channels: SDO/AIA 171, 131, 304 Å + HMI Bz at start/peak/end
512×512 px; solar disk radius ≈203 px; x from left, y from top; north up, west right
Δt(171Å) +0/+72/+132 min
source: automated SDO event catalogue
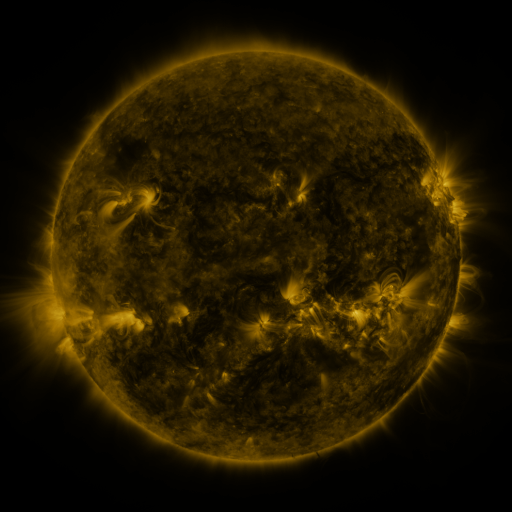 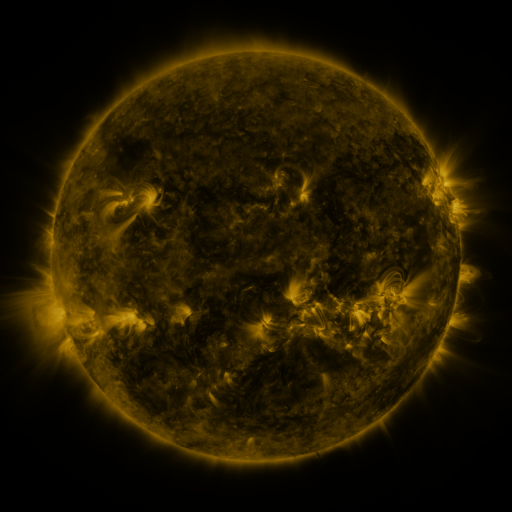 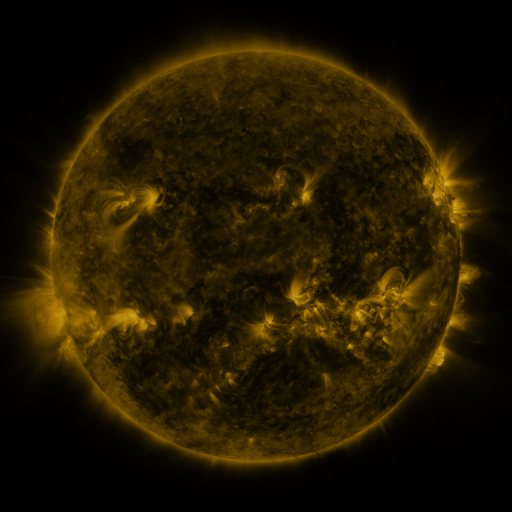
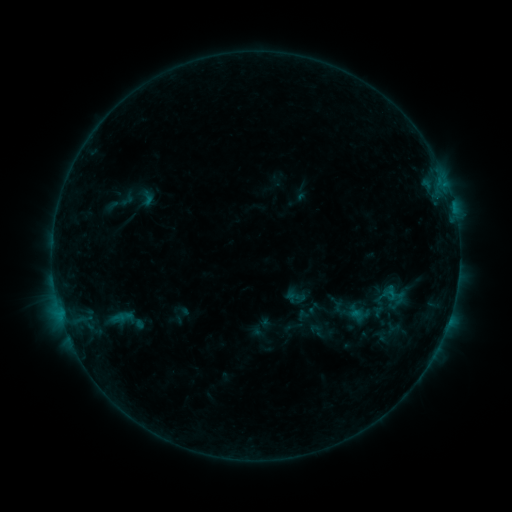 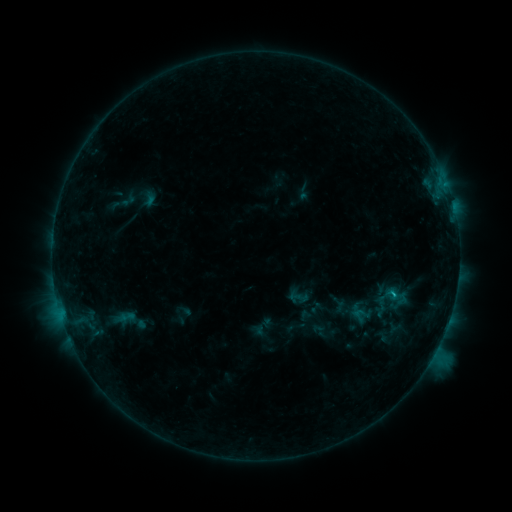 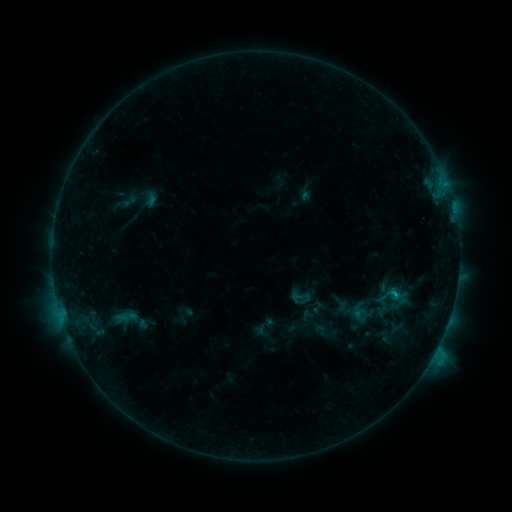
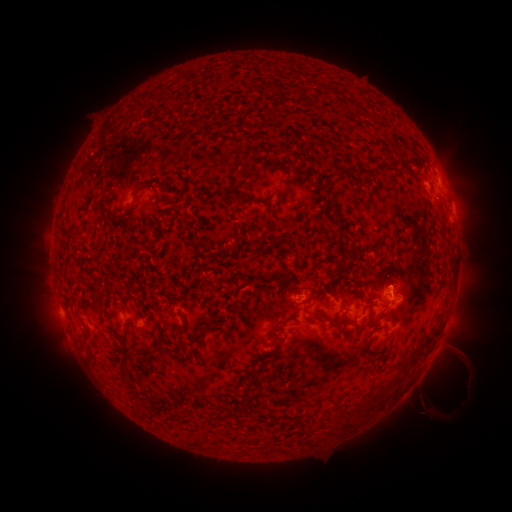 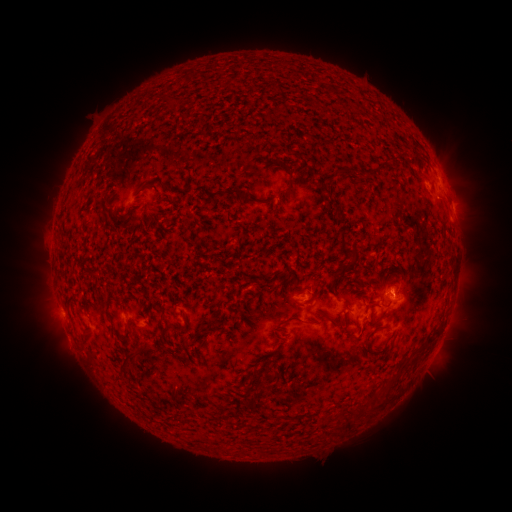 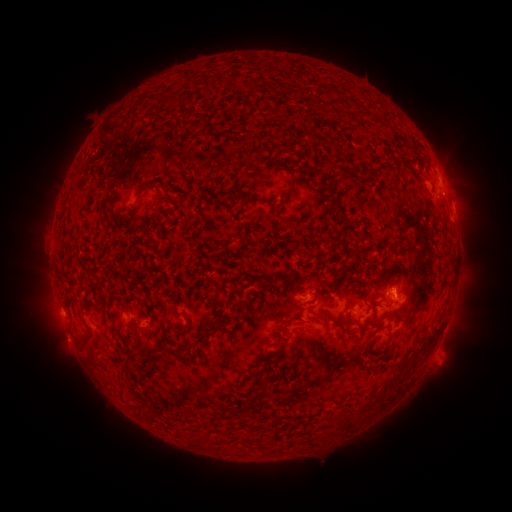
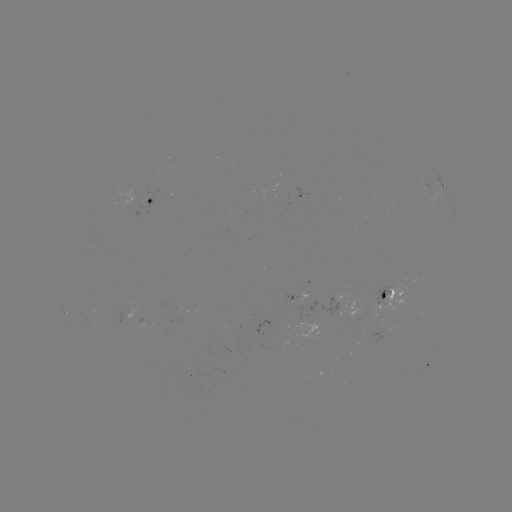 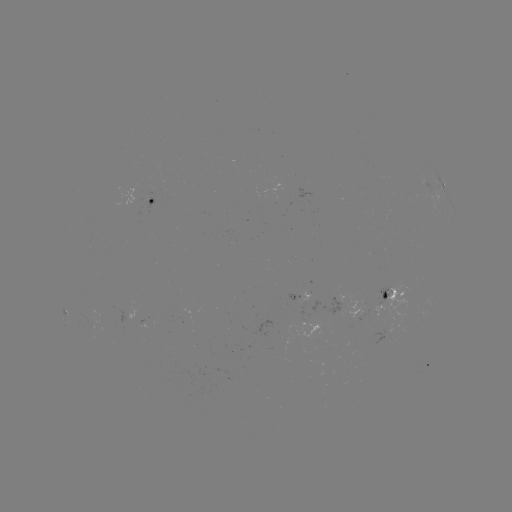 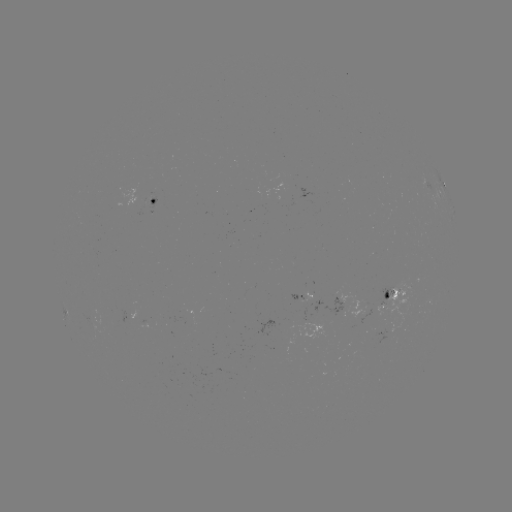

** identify C1.5 flare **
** (391, 291) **